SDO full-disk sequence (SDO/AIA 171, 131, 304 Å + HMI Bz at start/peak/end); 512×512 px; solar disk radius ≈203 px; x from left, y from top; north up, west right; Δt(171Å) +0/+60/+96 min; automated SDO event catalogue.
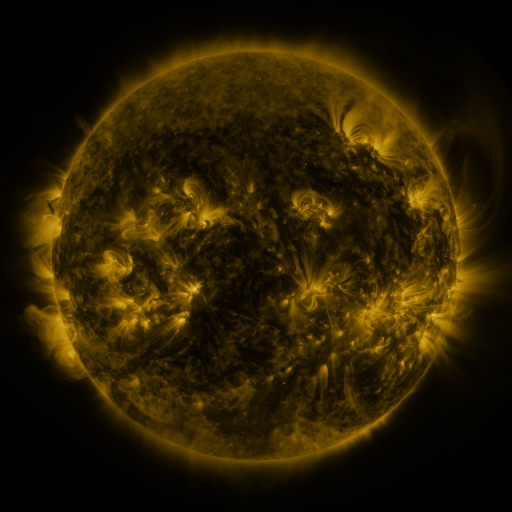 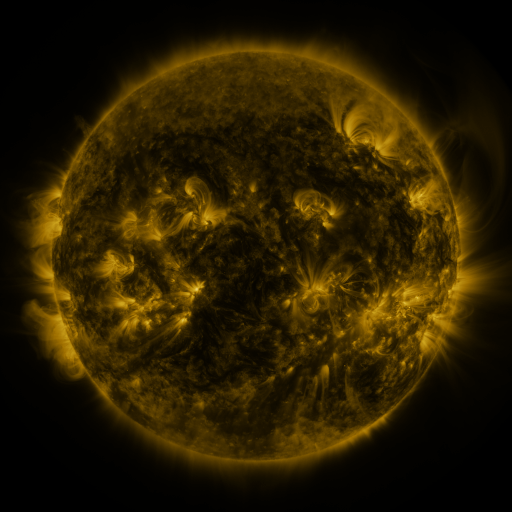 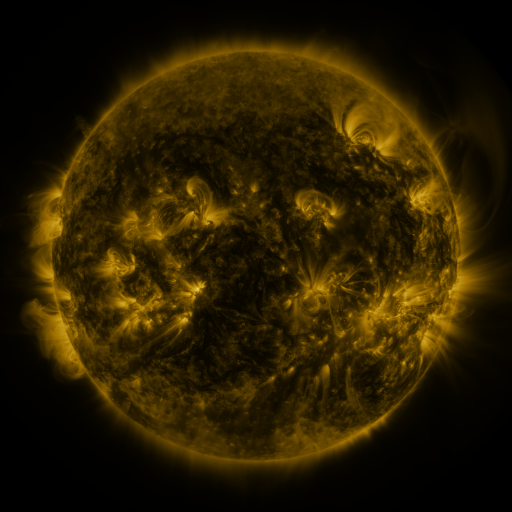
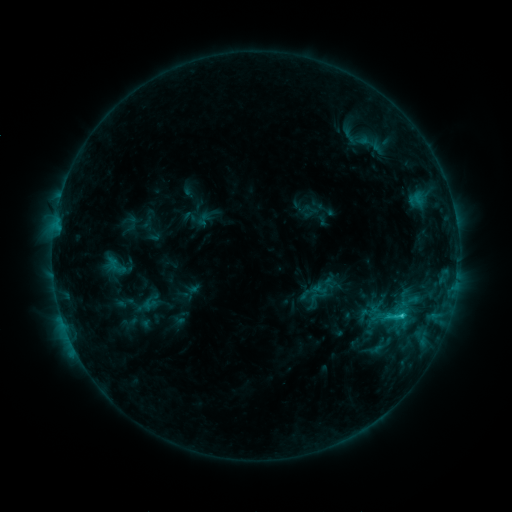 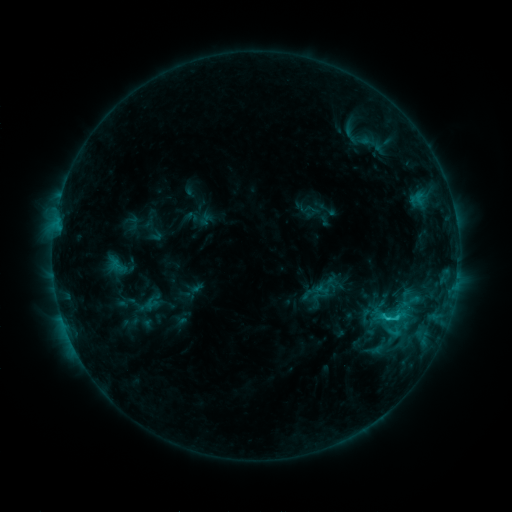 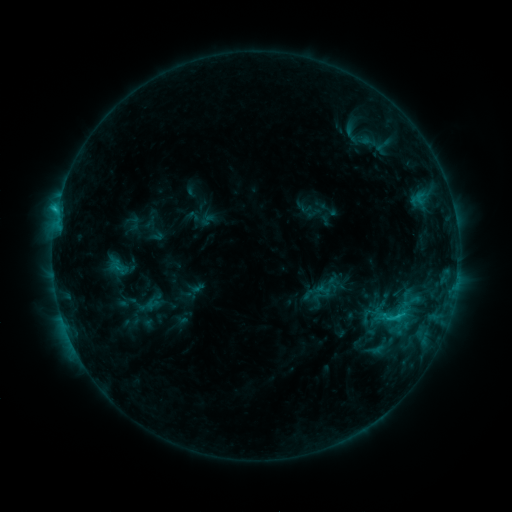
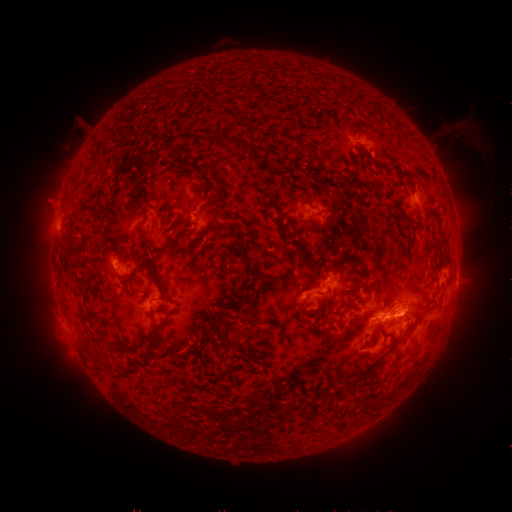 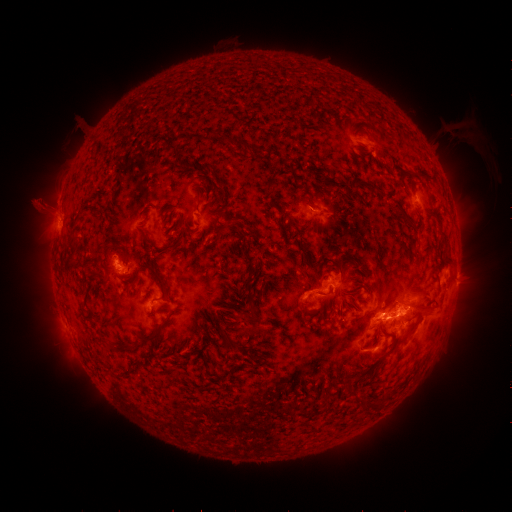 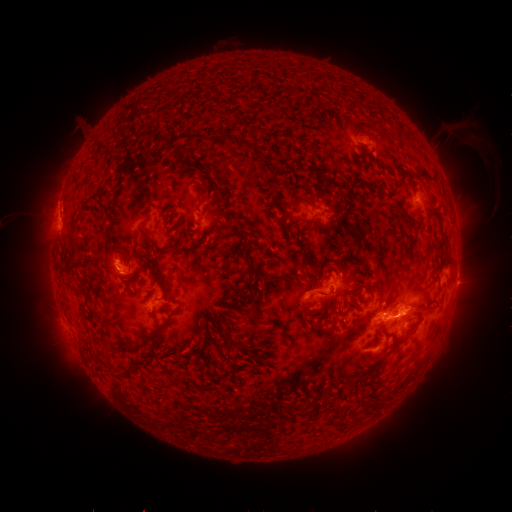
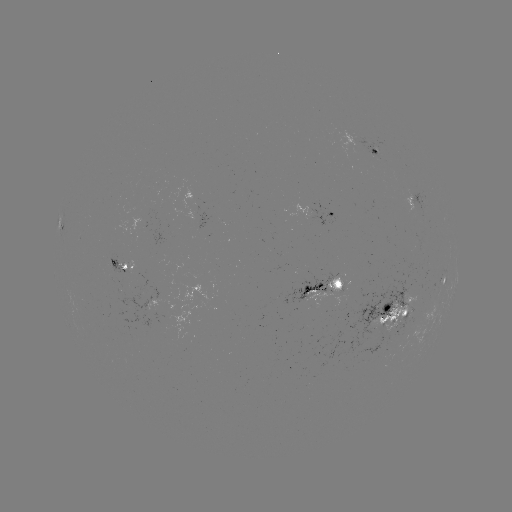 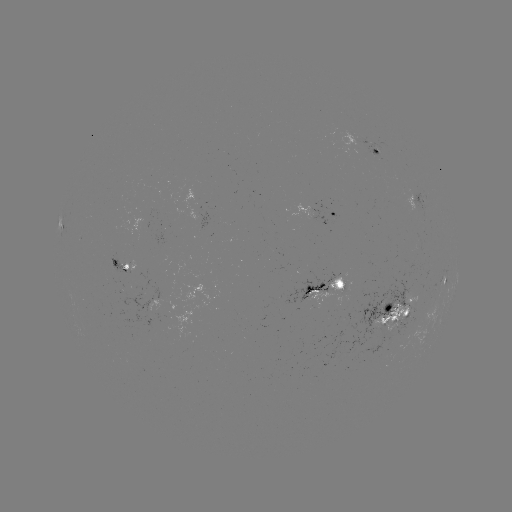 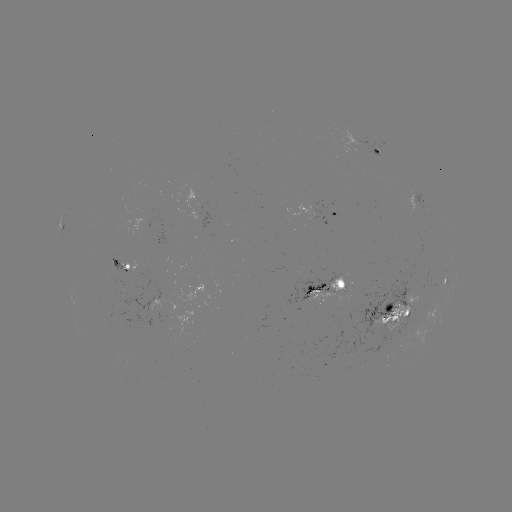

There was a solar emerging-flux region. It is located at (412, 196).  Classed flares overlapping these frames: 1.